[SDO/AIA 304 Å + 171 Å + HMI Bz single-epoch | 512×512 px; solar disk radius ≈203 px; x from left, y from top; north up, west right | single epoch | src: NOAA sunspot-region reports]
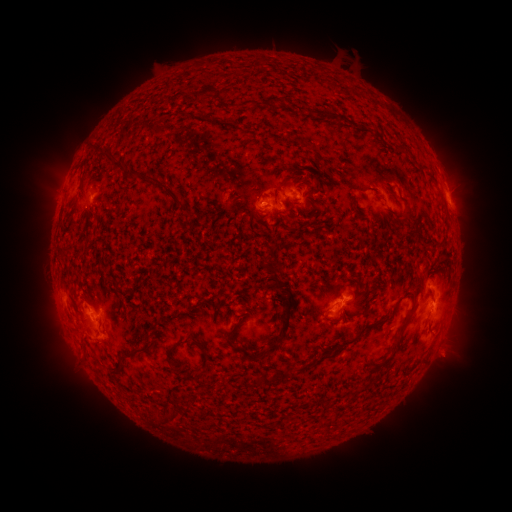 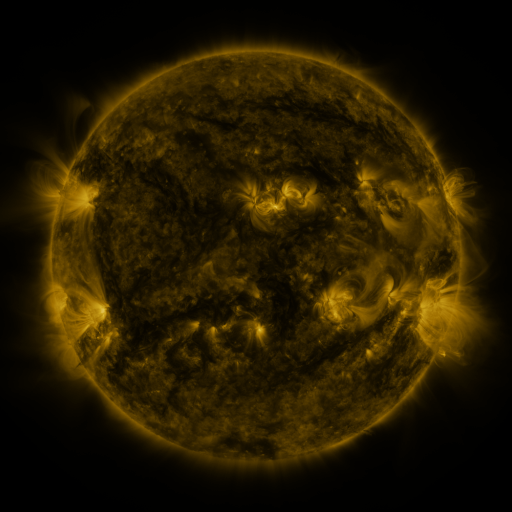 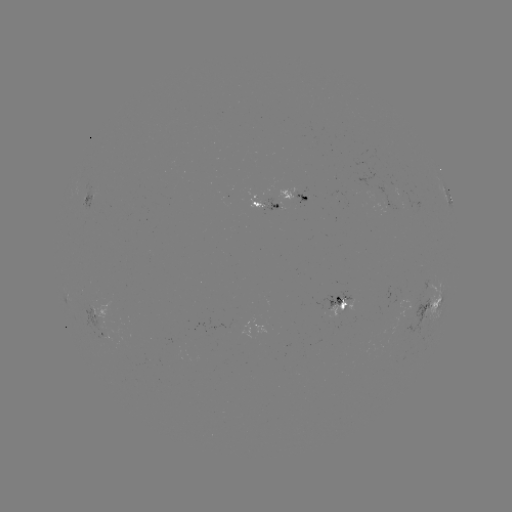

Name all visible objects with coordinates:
spotted active region: (88, 191)
spotted active region: (262, 201)
spotted active region: (297, 201)
spotted active region: (449, 201)
spotted active region: (341, 301)
spotted active region: (433, 305)
spotted active region: (97, 309)
